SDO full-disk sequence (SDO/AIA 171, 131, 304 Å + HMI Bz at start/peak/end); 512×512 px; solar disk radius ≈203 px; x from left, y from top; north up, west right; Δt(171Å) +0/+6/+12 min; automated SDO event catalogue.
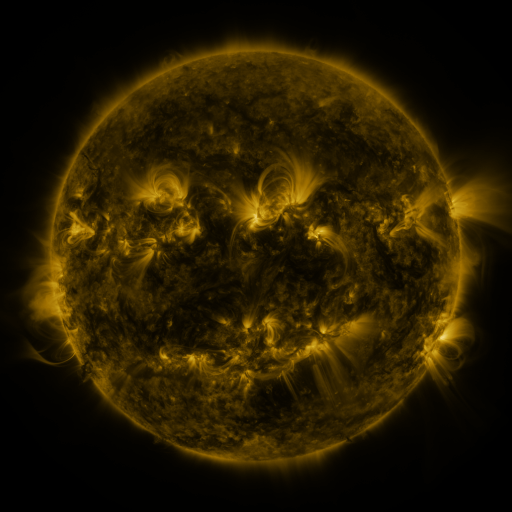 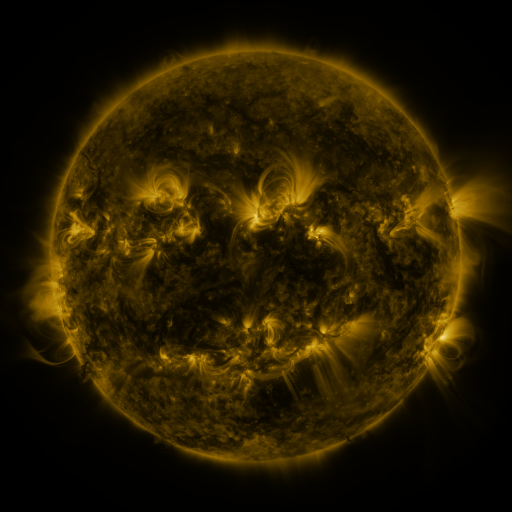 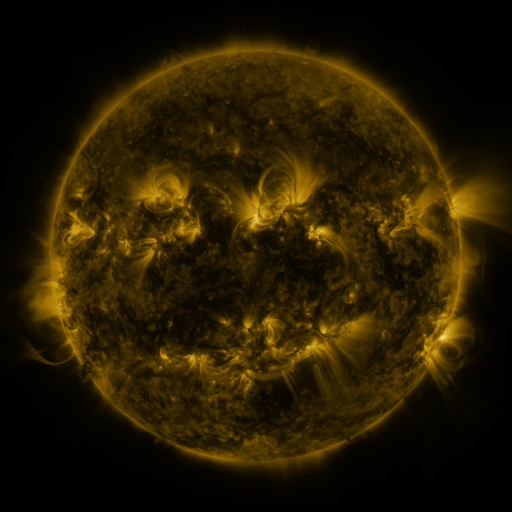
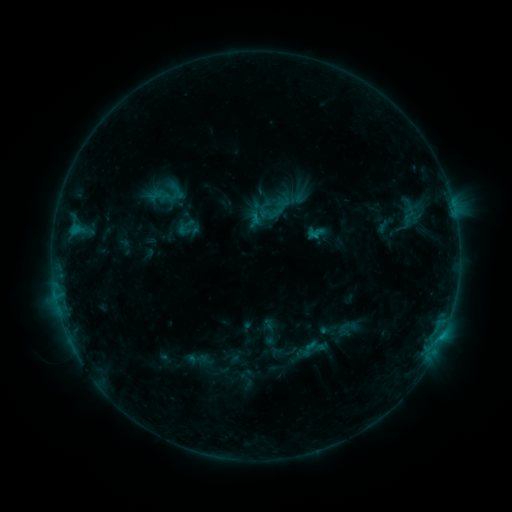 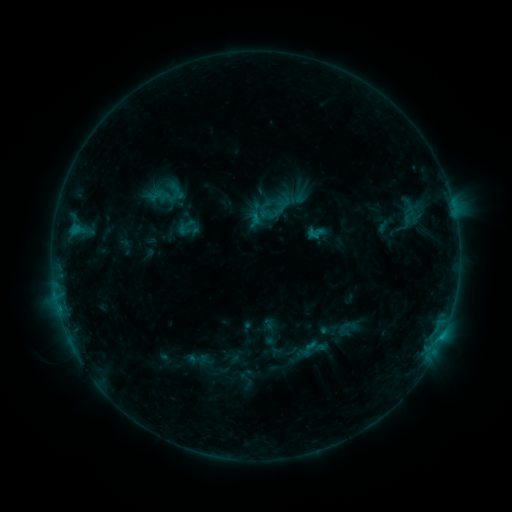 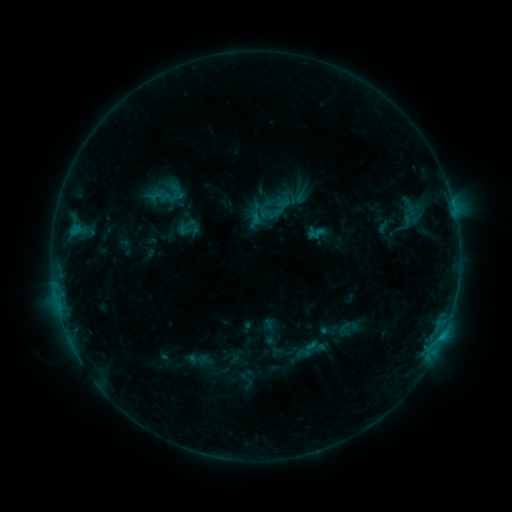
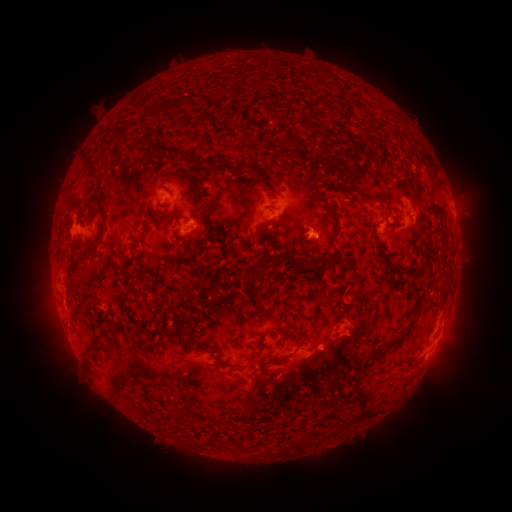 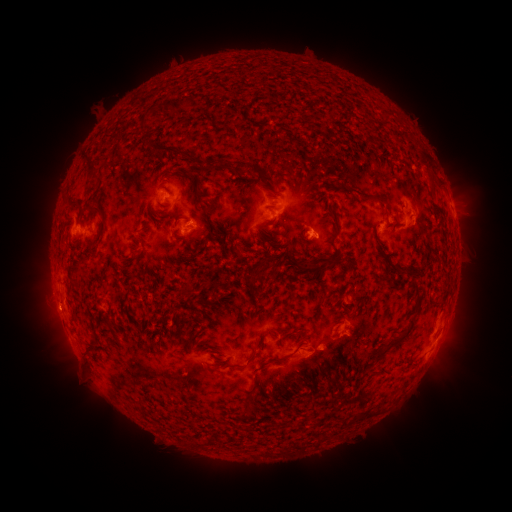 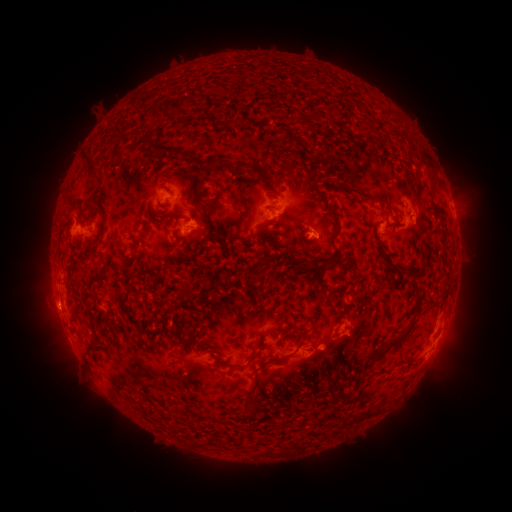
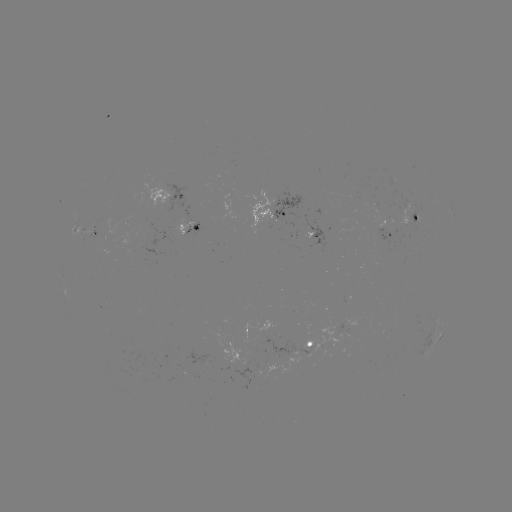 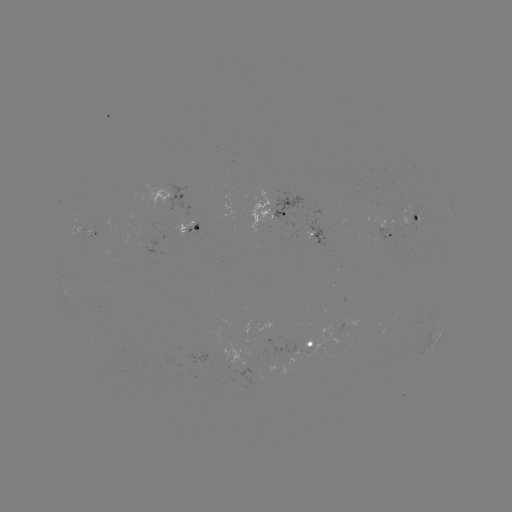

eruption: [27, 286, 80, 336]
